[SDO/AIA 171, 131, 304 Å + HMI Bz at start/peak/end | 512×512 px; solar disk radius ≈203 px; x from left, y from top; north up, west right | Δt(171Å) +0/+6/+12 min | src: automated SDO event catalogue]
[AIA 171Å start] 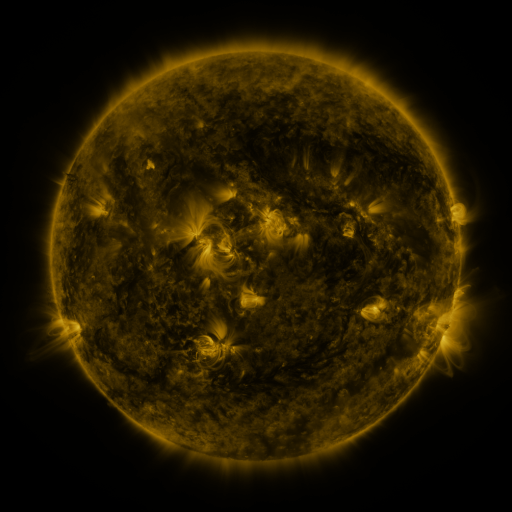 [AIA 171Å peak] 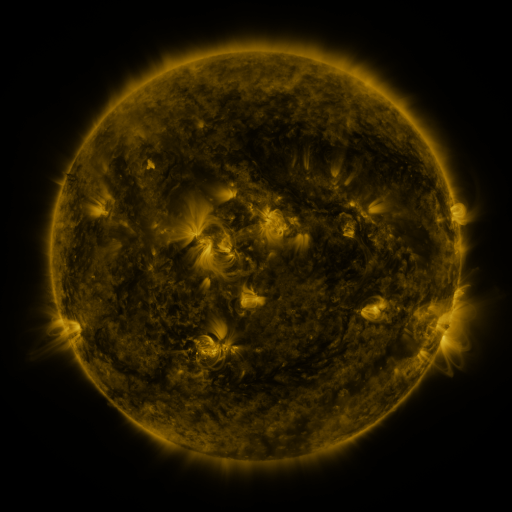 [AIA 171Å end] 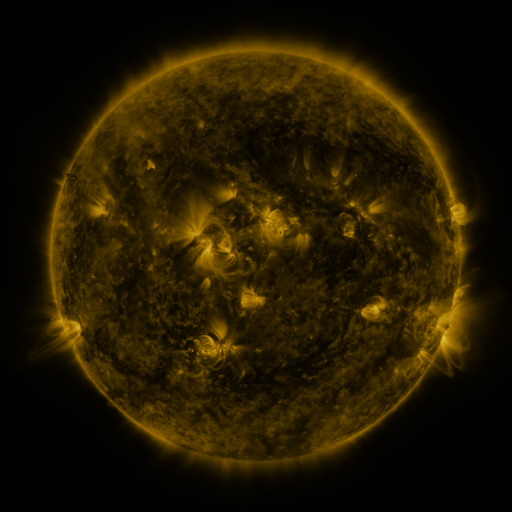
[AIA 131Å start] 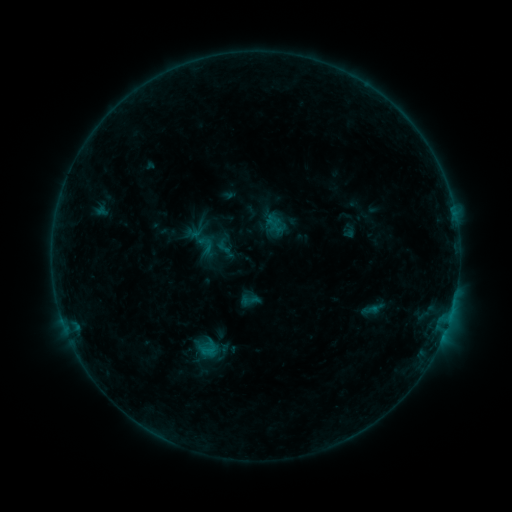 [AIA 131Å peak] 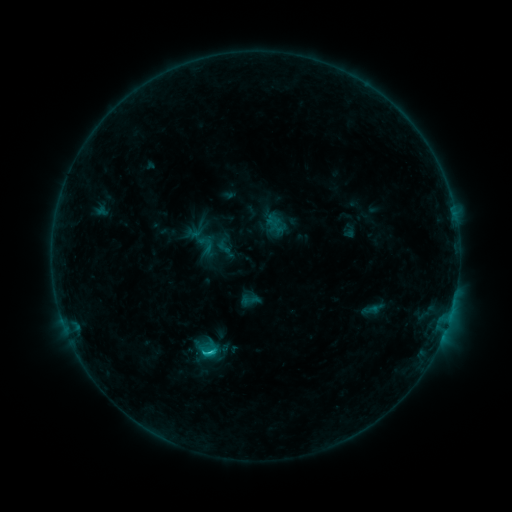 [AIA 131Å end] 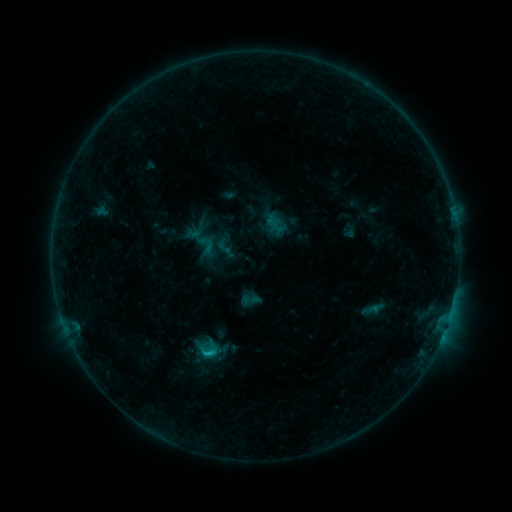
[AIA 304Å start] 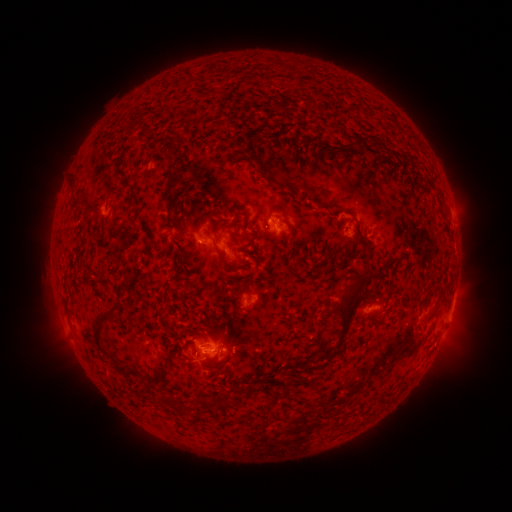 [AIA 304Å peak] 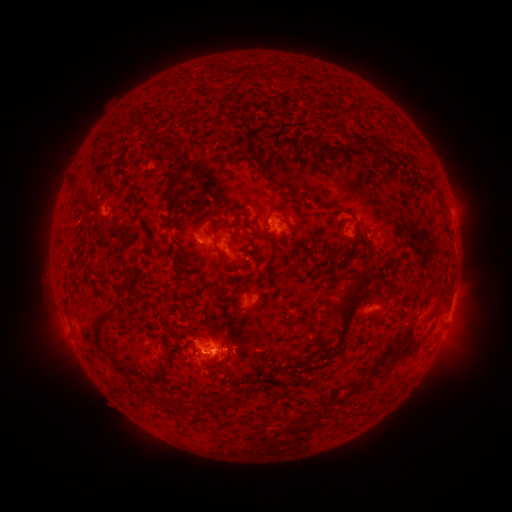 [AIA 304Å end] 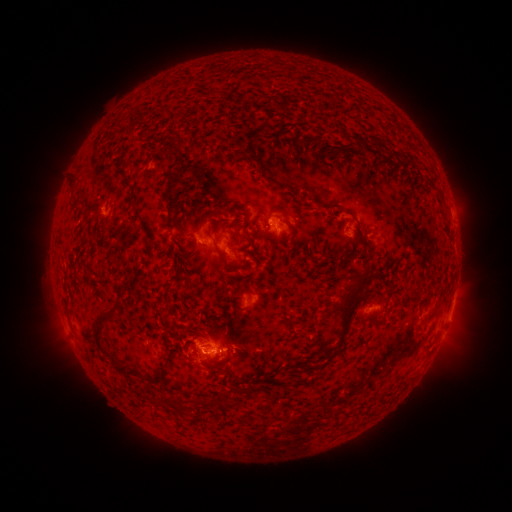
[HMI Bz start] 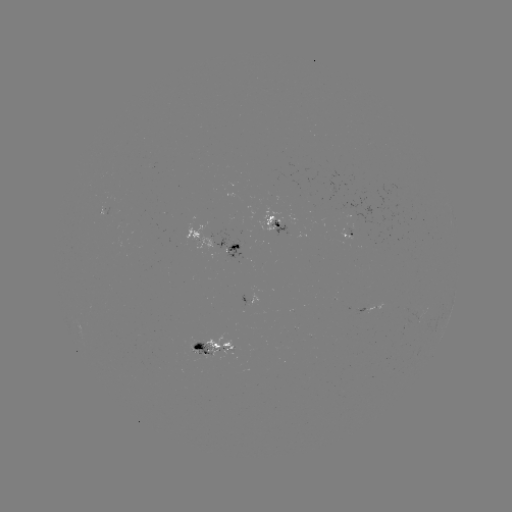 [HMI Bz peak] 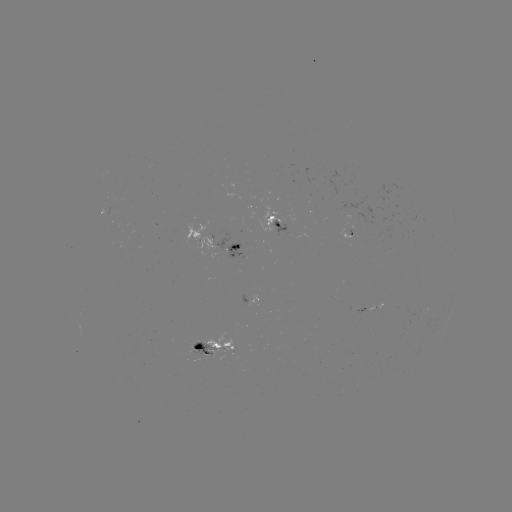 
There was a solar flare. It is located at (209, 350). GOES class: C1.1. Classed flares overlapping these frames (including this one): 1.